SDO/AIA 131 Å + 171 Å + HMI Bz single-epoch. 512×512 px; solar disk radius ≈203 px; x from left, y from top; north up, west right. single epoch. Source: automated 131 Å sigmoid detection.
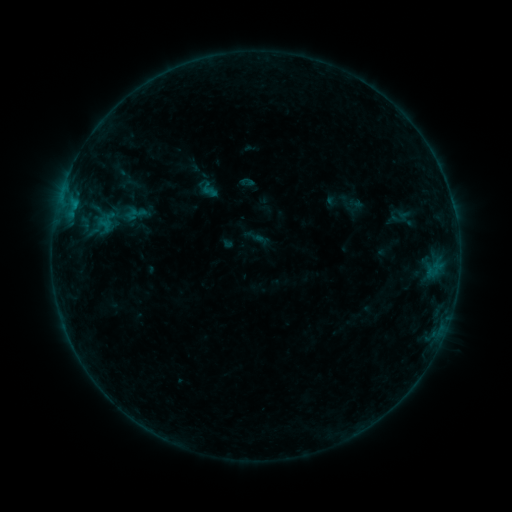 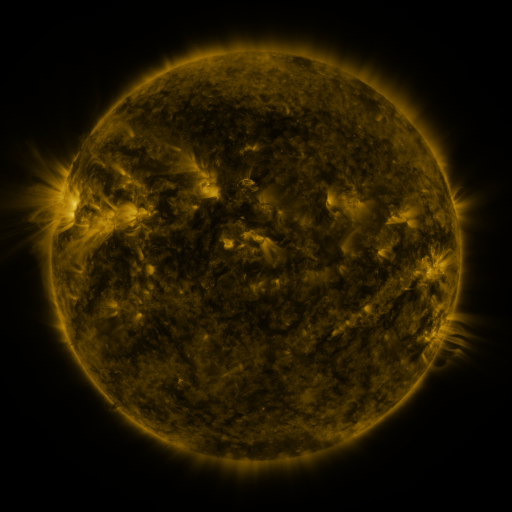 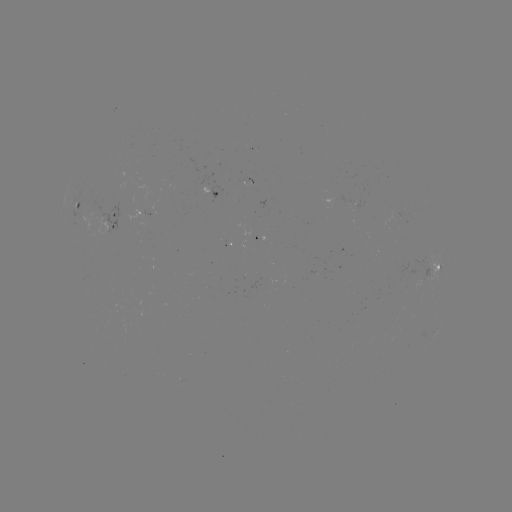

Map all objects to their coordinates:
sigmoid: [200, 180, 216, 196]
